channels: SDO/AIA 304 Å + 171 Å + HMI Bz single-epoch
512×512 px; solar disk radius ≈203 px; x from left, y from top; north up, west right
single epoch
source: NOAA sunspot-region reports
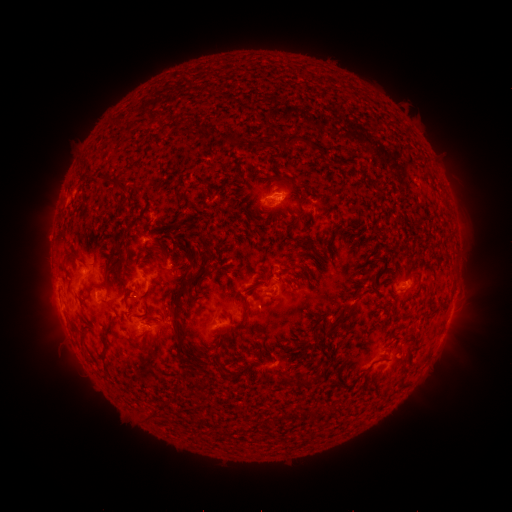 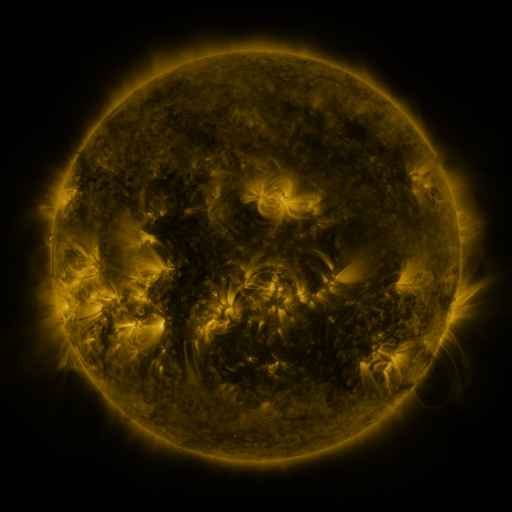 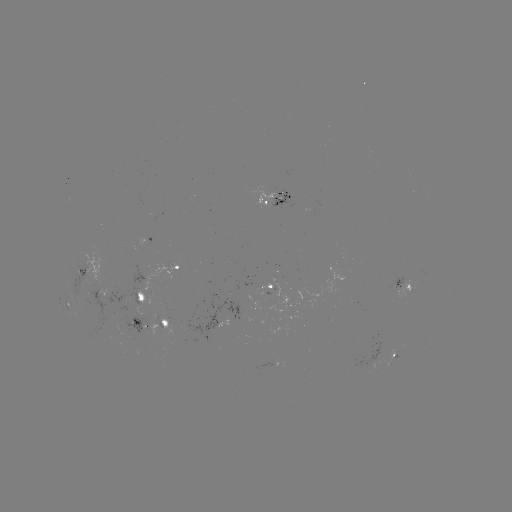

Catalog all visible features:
spotted active region: (276, 199)
spotted active region: (88, 266)
spotted active region: (180, 267)
spotted active region: (404, 286)
spotted active region: (269, 287)
spotted active region: (99, 290)
spotted active region: (140, 294)
spotted active region: (154, 324)
spotted active region: (392, 353)
